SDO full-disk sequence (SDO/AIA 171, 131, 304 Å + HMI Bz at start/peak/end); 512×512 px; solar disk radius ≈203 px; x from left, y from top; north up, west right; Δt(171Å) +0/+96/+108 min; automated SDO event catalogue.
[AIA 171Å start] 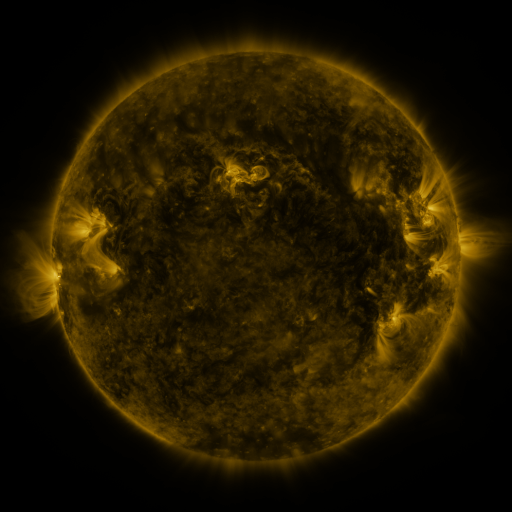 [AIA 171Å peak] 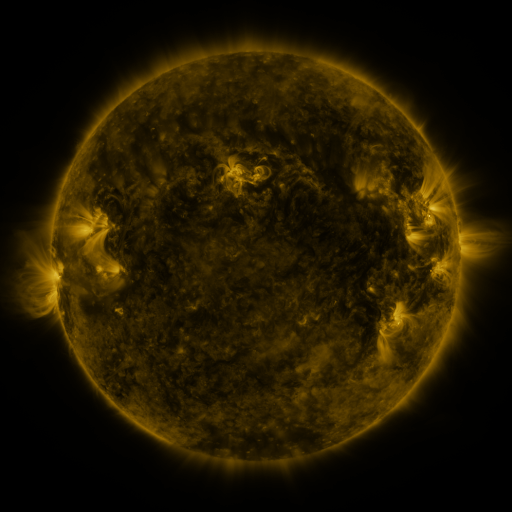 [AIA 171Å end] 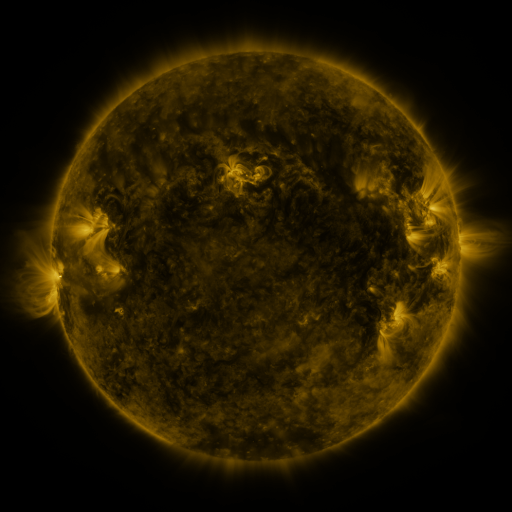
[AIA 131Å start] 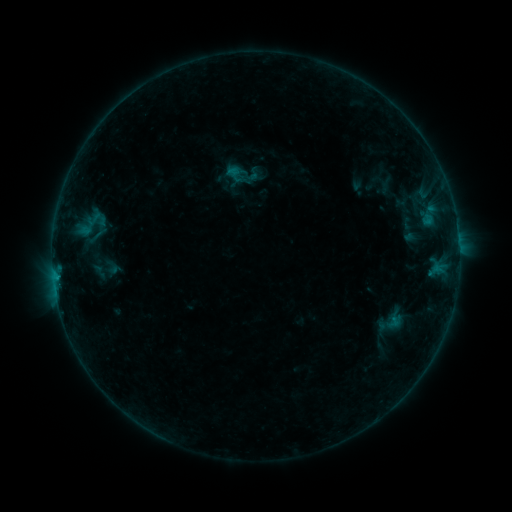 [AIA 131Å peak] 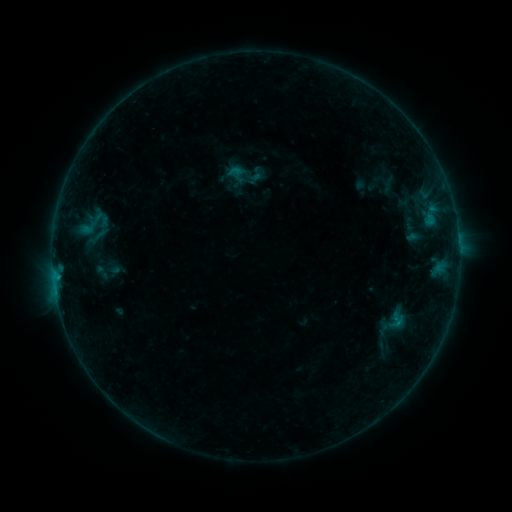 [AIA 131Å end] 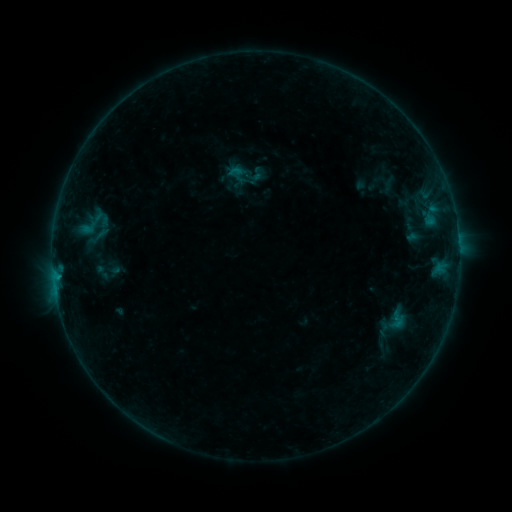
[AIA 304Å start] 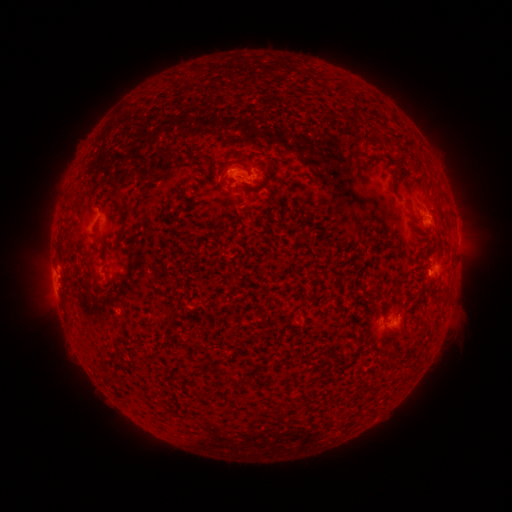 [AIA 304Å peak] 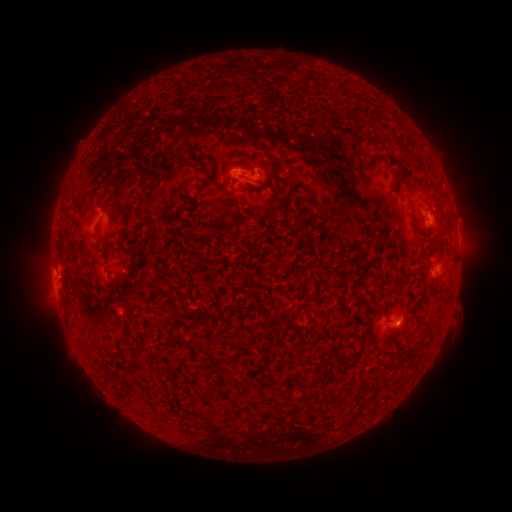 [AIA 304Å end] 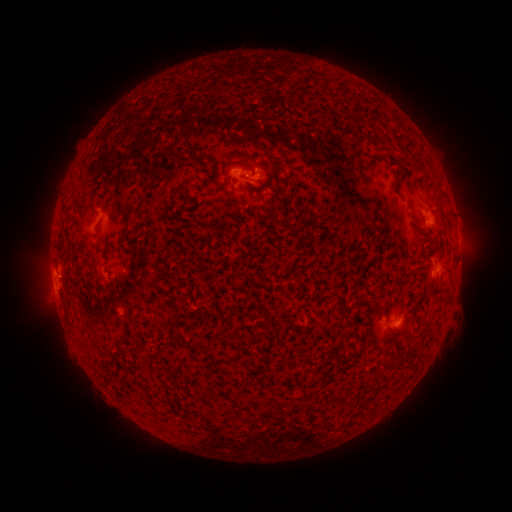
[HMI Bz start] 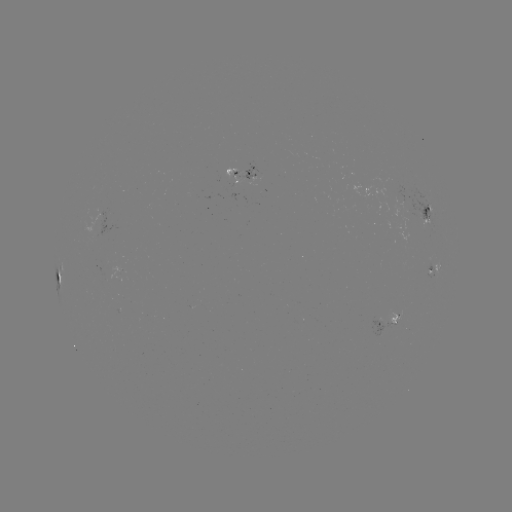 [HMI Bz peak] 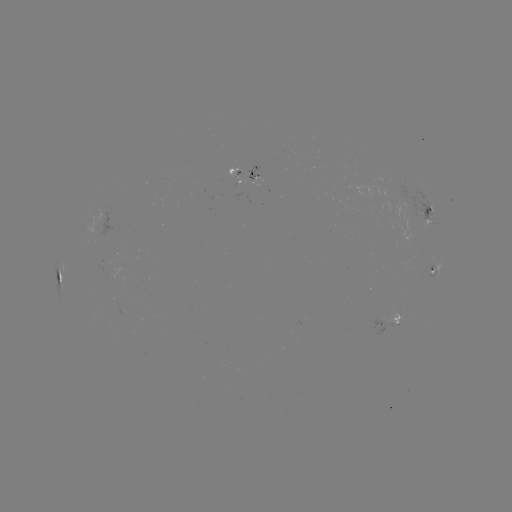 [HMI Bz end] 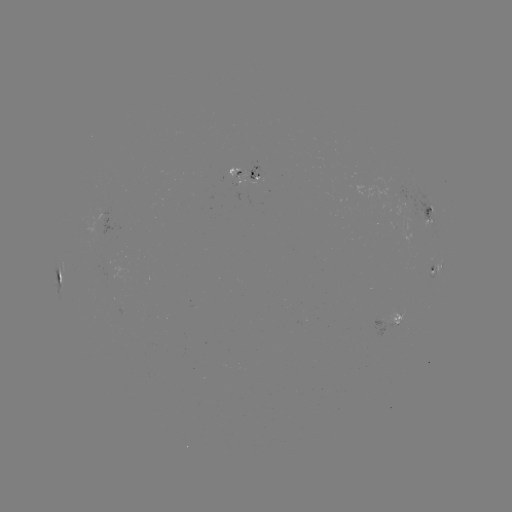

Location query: emerging-flux region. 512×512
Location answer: [398, 317].